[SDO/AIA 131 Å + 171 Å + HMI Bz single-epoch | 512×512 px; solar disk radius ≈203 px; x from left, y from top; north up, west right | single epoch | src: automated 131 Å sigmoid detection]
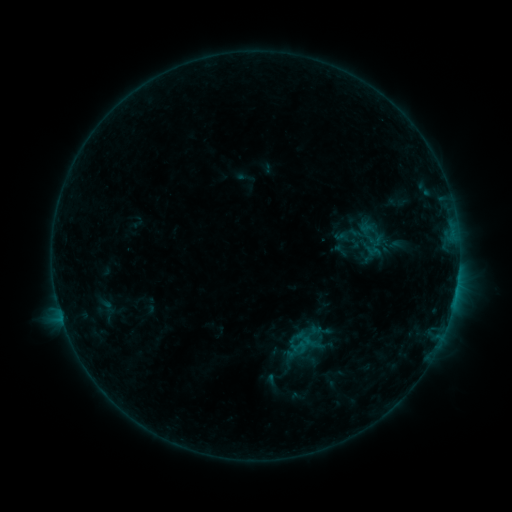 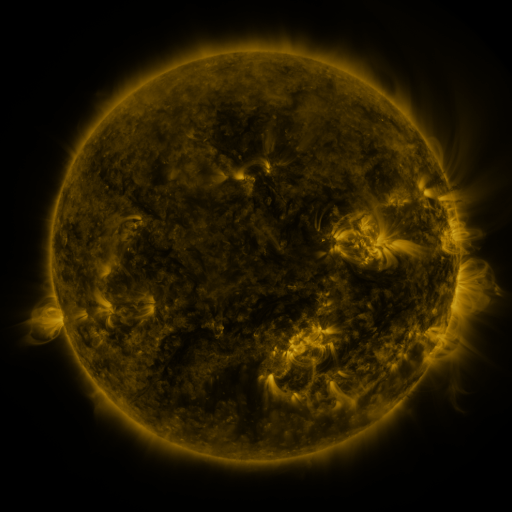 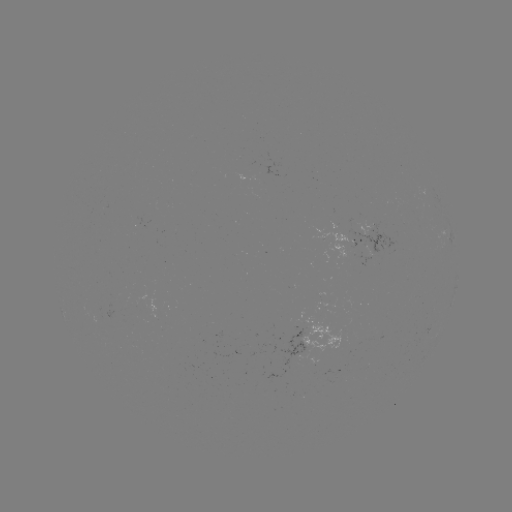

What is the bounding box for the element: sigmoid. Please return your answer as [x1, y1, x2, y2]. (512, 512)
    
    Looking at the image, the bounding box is [364, 243, 381, 259].